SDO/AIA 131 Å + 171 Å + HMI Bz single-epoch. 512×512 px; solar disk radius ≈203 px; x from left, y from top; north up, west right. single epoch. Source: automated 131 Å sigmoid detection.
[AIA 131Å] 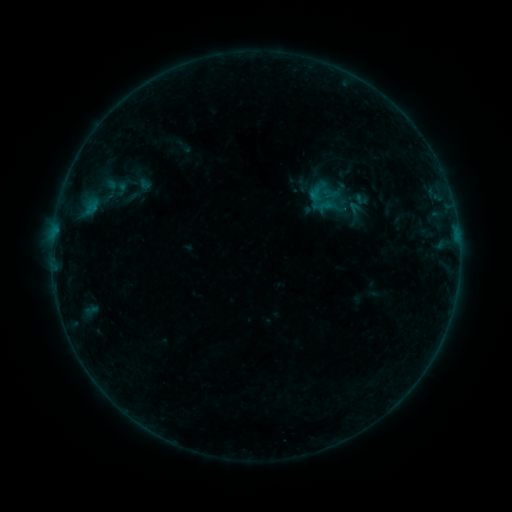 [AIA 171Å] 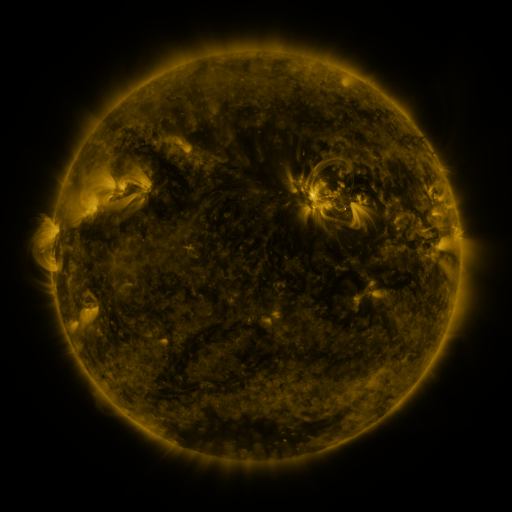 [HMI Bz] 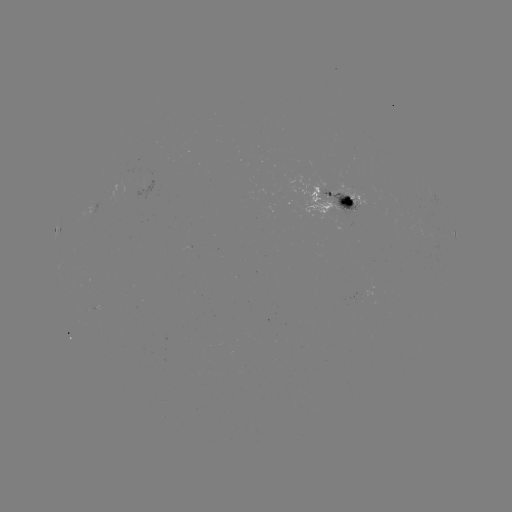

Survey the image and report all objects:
sigmoid: (328, 199)
